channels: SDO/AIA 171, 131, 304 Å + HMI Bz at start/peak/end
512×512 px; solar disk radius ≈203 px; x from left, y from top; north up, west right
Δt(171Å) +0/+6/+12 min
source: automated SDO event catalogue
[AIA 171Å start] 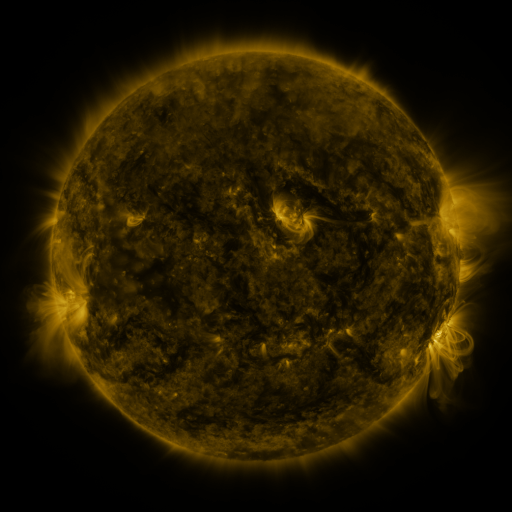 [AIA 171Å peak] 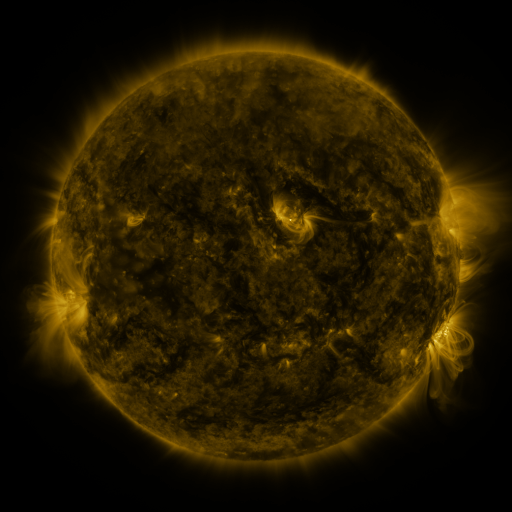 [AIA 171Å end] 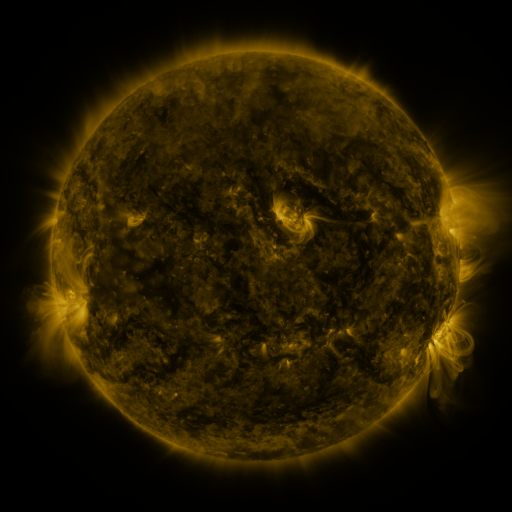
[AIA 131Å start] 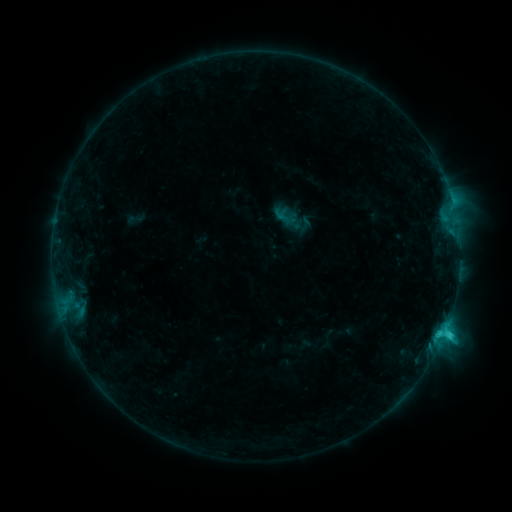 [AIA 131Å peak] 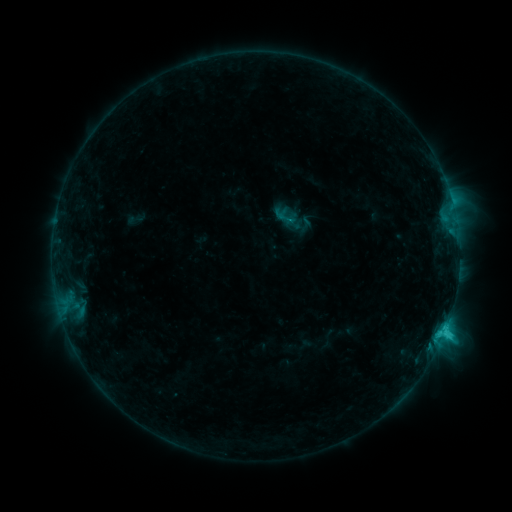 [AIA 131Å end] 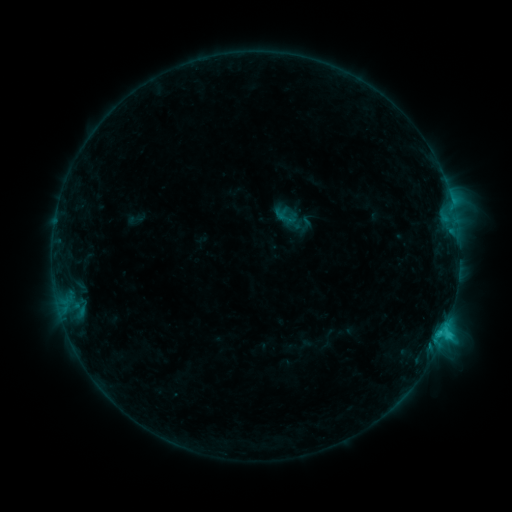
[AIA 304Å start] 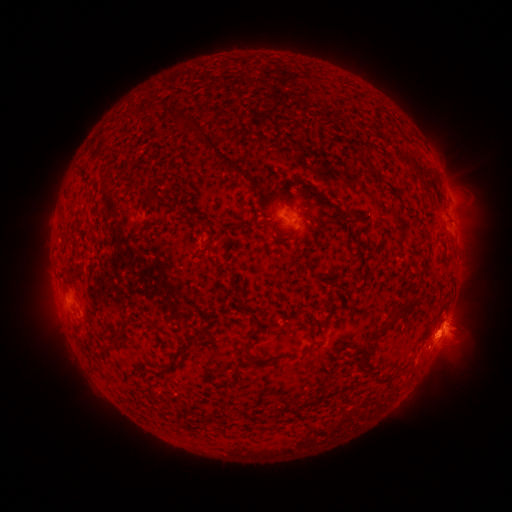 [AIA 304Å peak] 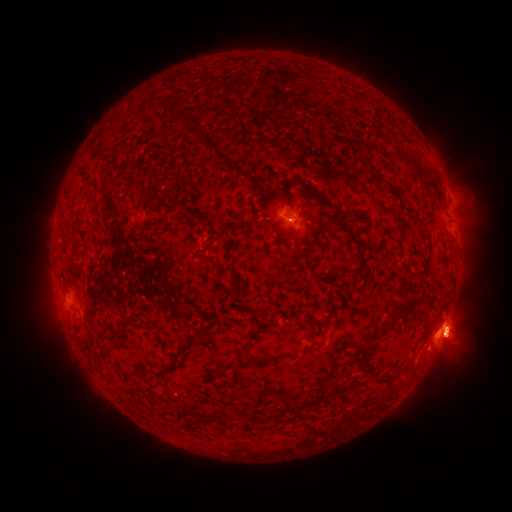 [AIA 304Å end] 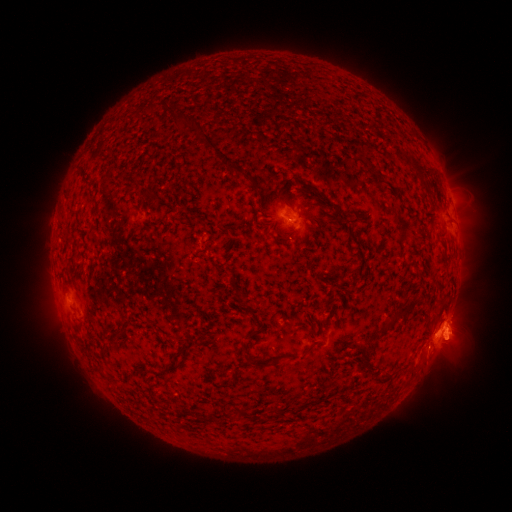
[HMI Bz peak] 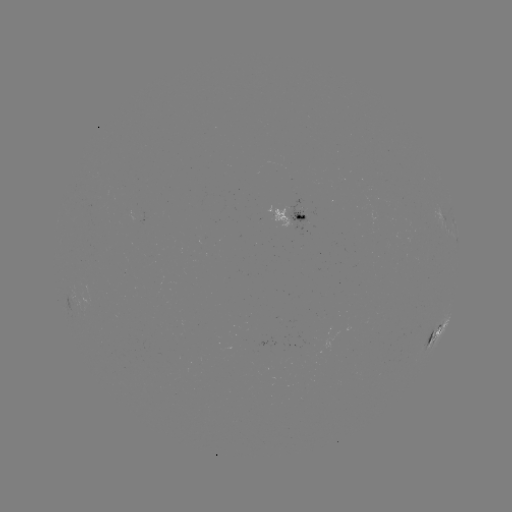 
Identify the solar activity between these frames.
eruption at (454, 332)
